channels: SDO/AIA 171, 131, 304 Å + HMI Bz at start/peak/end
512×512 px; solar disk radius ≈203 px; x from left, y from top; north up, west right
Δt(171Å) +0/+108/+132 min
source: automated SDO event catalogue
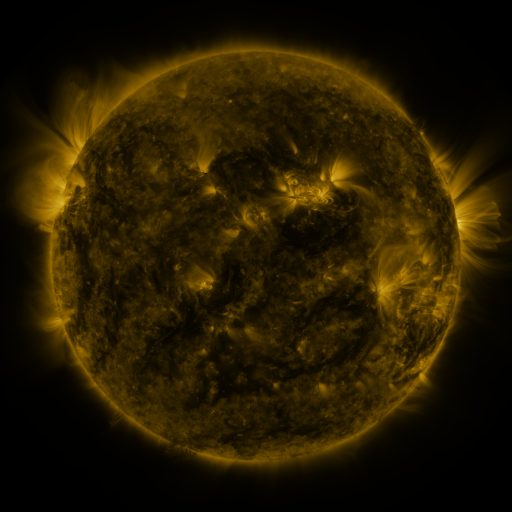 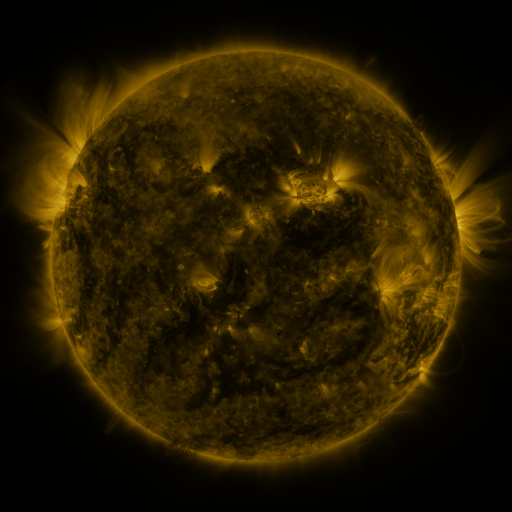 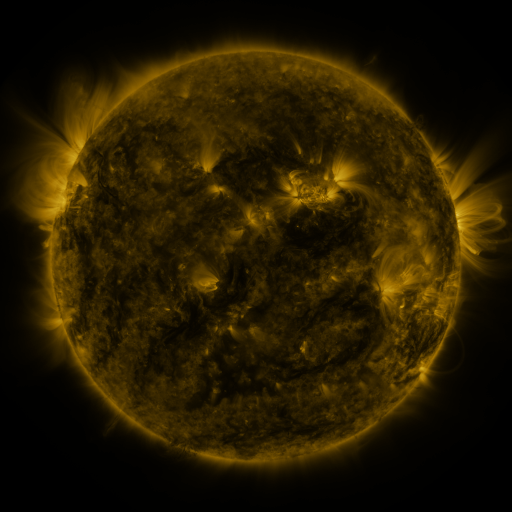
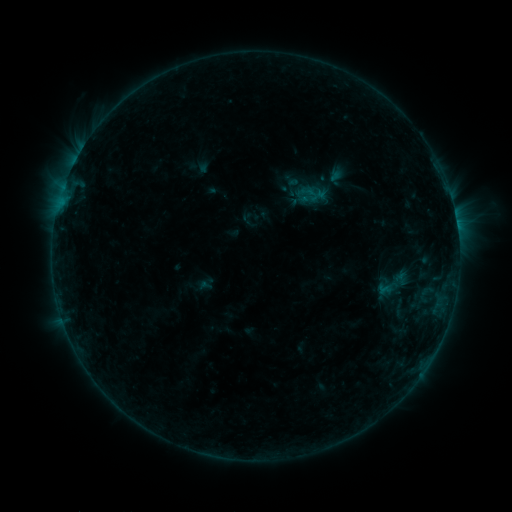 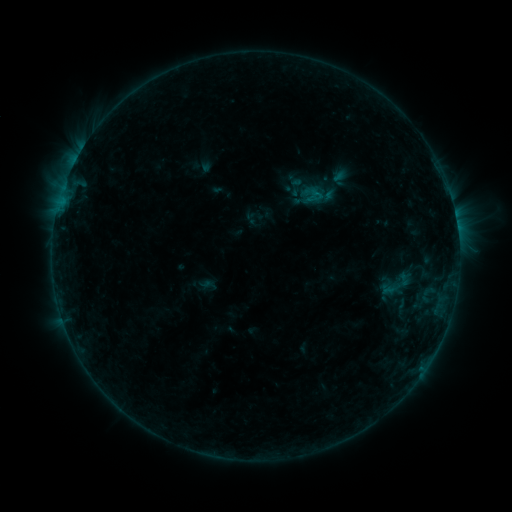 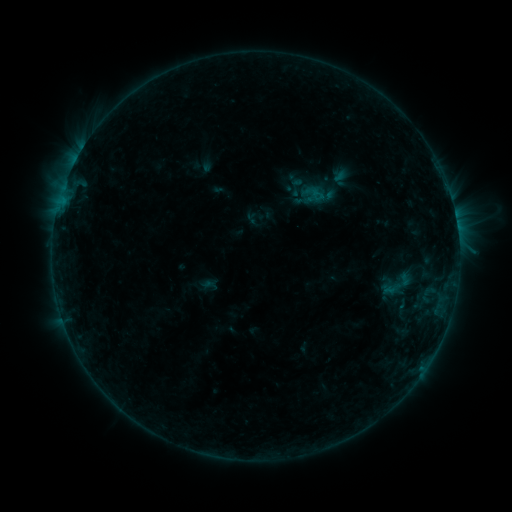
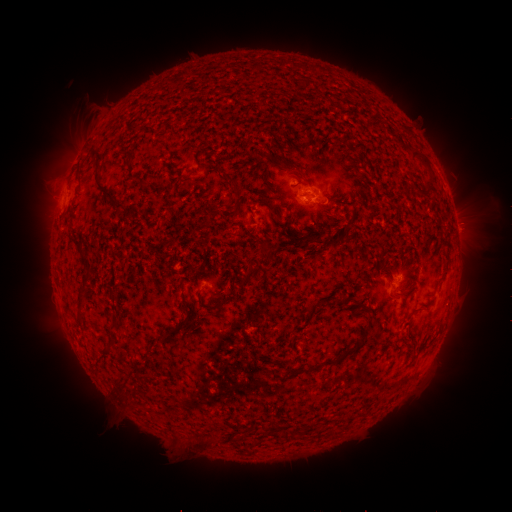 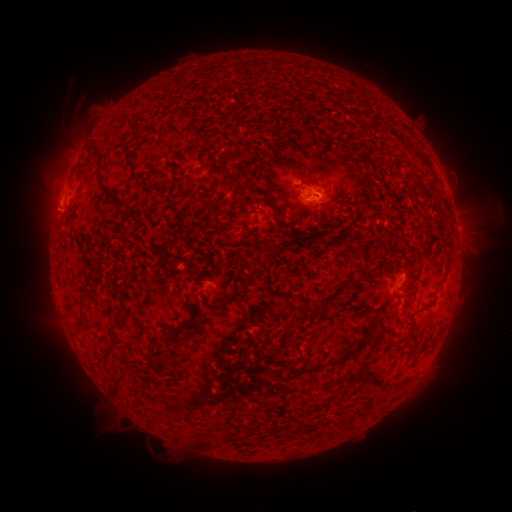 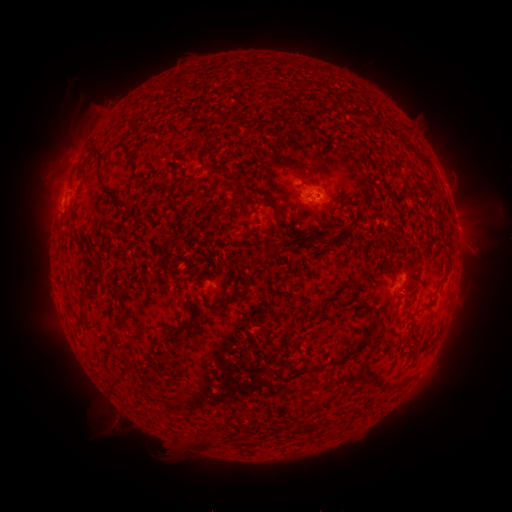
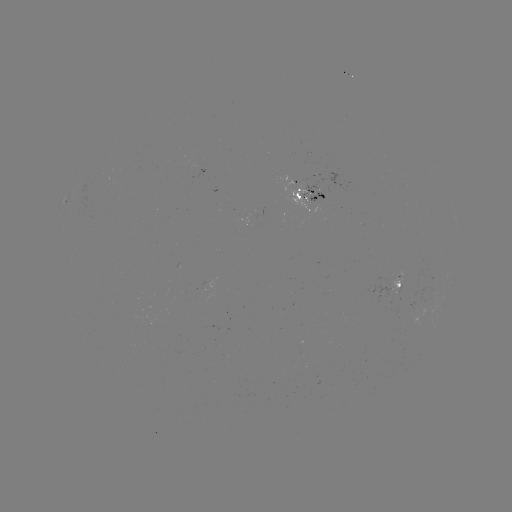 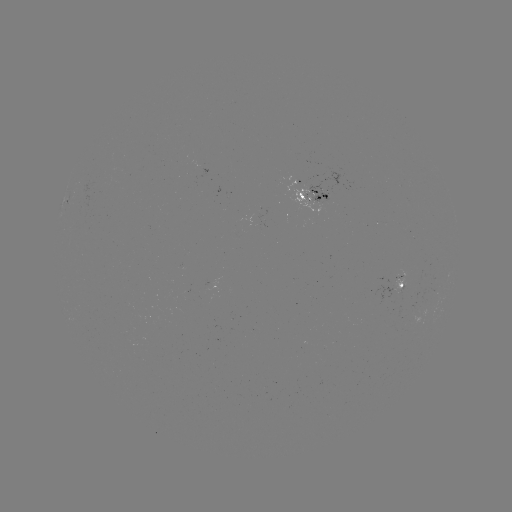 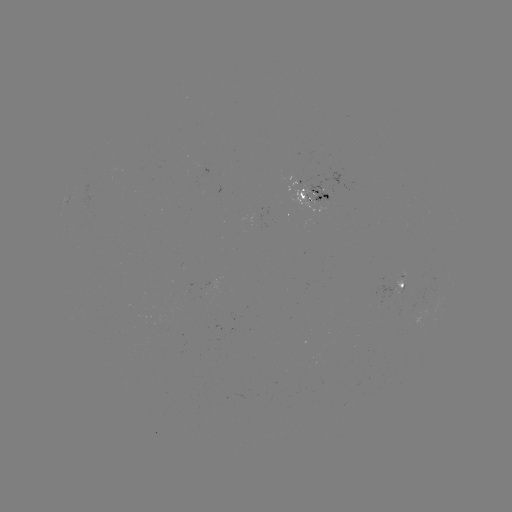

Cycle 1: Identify emerging-flux region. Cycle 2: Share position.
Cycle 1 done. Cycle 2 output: (304, 199).